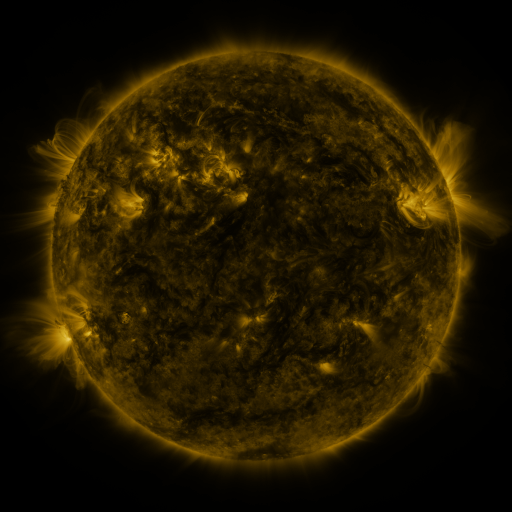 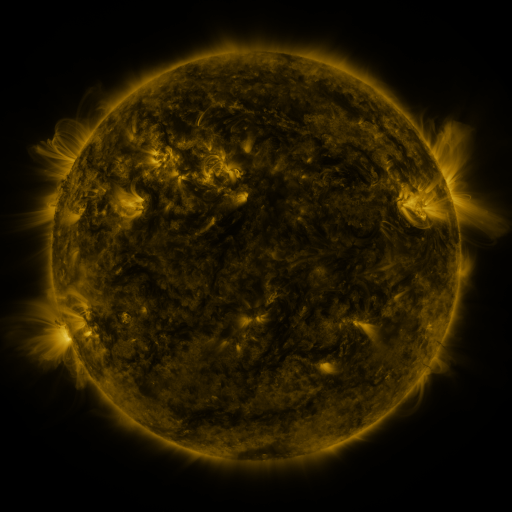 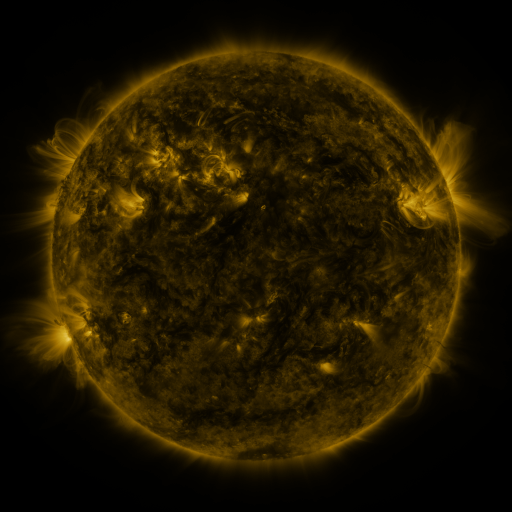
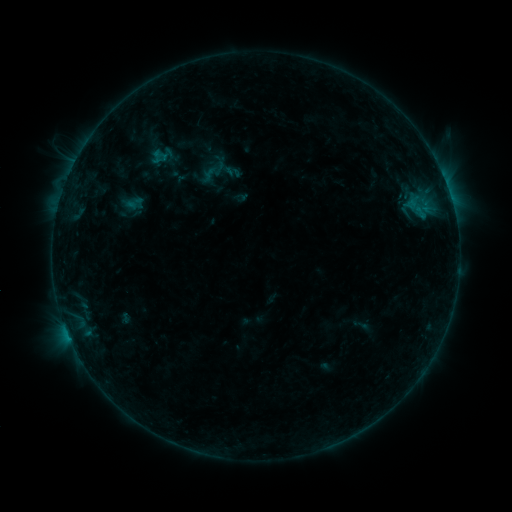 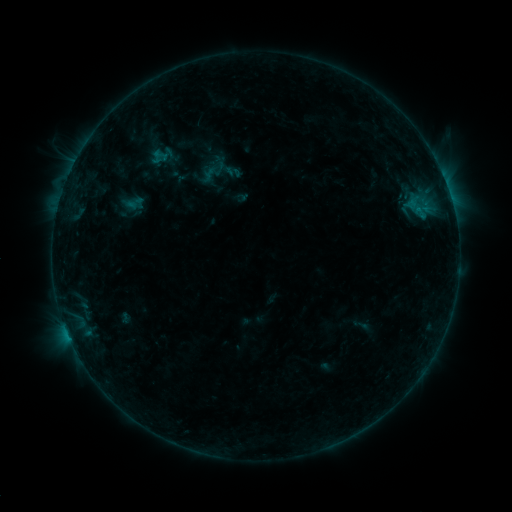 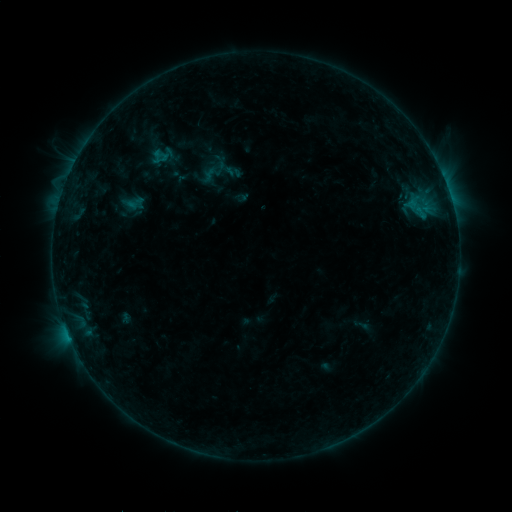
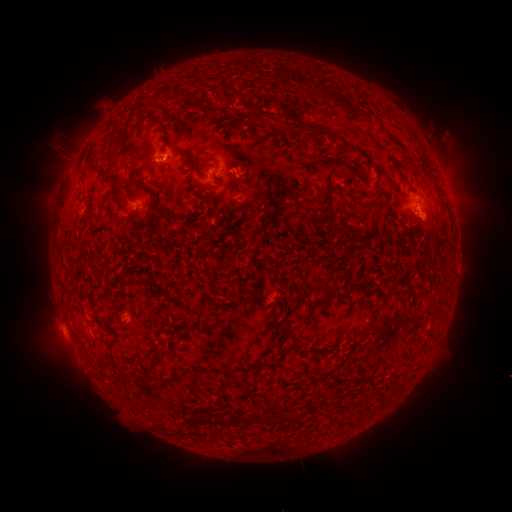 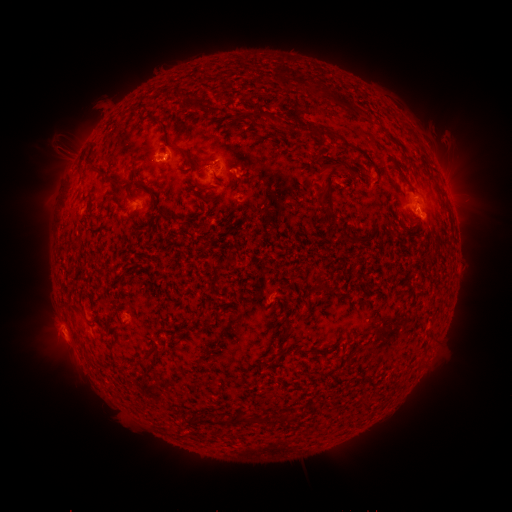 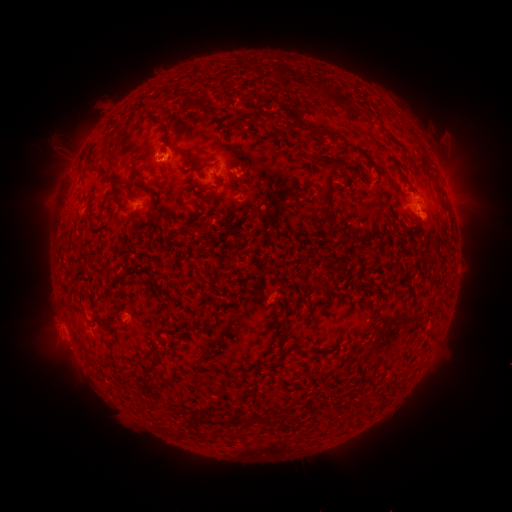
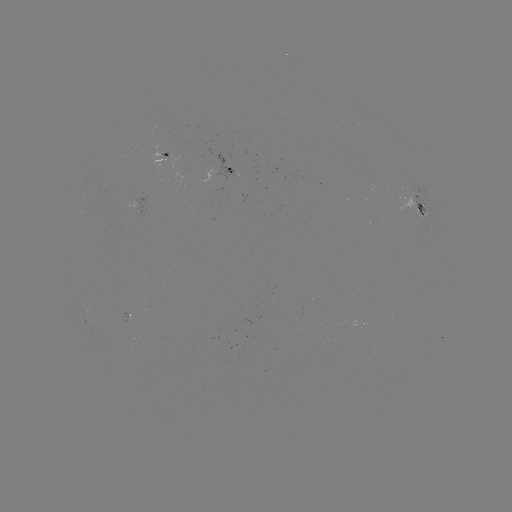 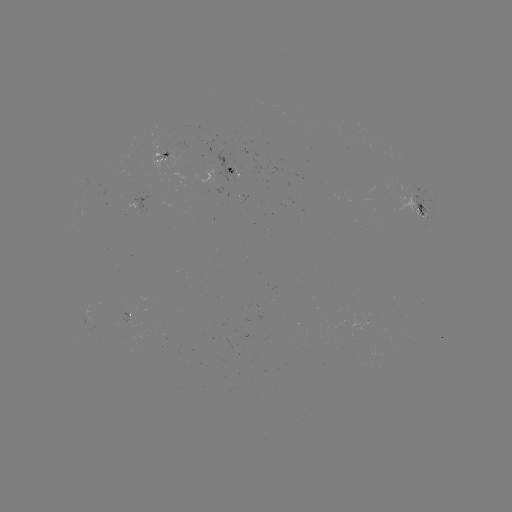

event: eruption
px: (64, 346)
